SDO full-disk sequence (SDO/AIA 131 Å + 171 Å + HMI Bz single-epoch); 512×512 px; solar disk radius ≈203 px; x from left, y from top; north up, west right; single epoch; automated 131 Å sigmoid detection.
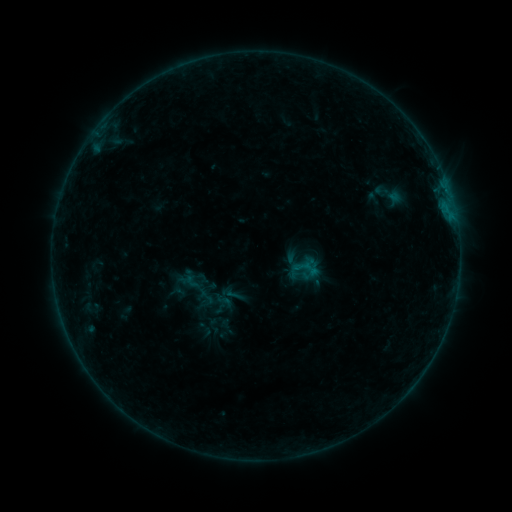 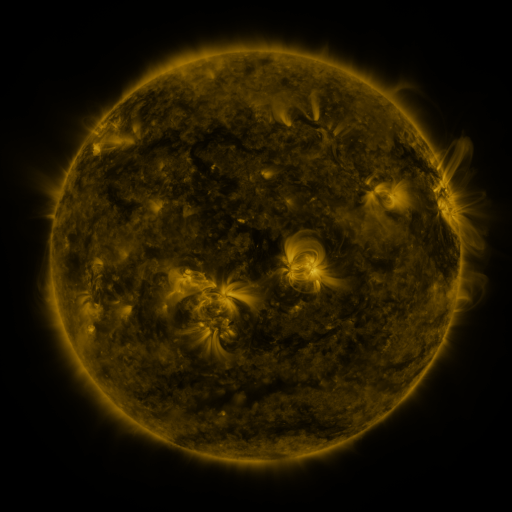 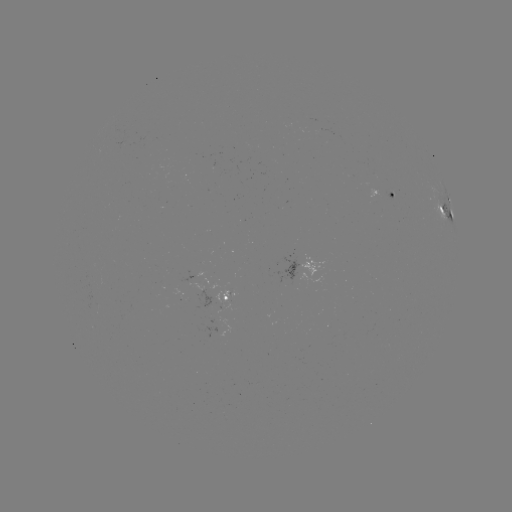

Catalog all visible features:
sigmoid: (390, 194)
sigmoid: (225, 301)
